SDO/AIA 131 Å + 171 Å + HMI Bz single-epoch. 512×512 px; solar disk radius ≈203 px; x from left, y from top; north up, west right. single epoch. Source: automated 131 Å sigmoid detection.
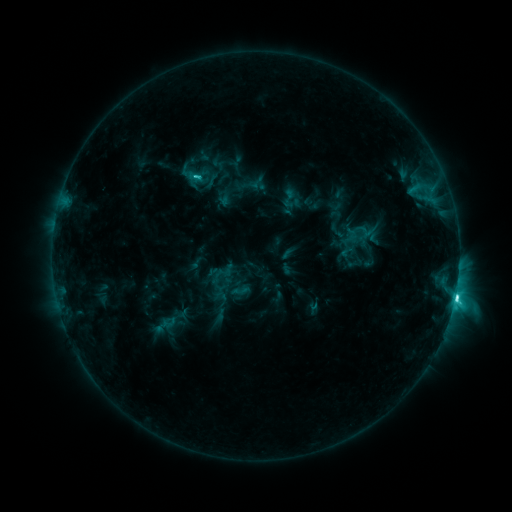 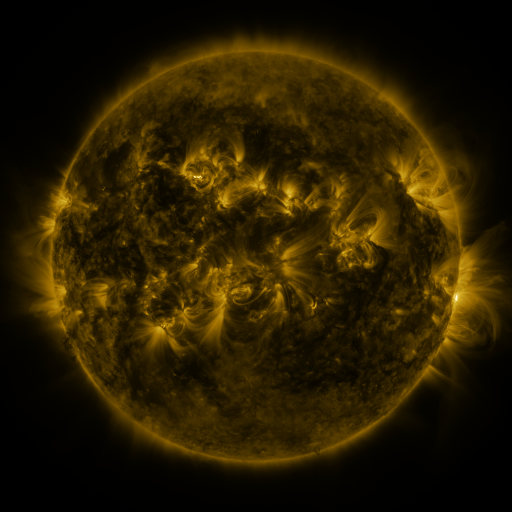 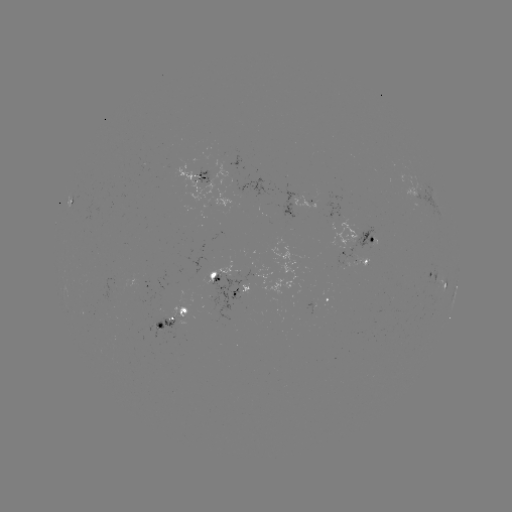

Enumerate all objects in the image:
sigmoid: (290, 198)
sigmoid: (366, 231)
sigmoid: (170, 322)
